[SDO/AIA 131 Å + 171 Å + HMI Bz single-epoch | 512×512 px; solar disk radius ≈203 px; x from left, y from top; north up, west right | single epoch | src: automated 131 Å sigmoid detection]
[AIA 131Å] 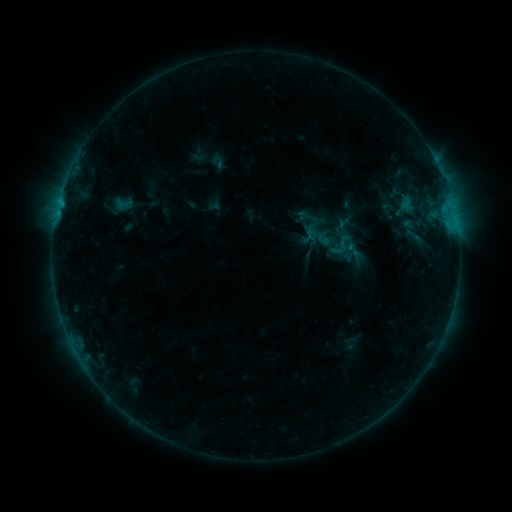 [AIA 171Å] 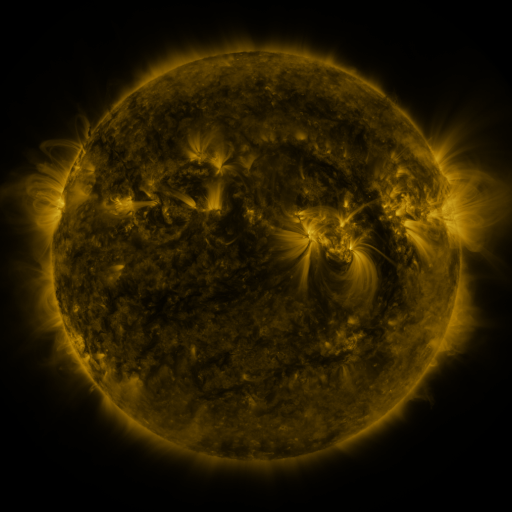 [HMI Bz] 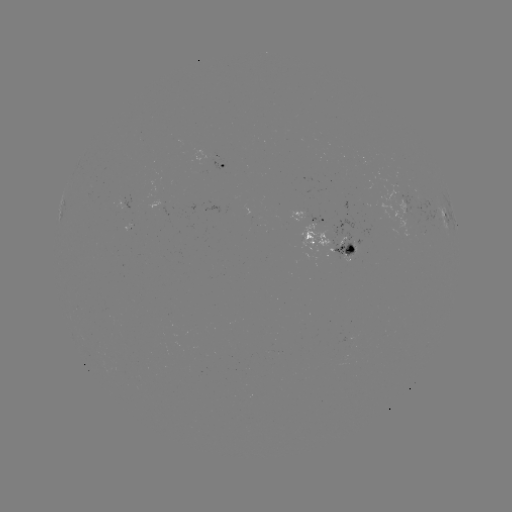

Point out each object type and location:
sigmoid: [401, 225, 425, 245]
sigmoid: [326, 232, 354, 258]
